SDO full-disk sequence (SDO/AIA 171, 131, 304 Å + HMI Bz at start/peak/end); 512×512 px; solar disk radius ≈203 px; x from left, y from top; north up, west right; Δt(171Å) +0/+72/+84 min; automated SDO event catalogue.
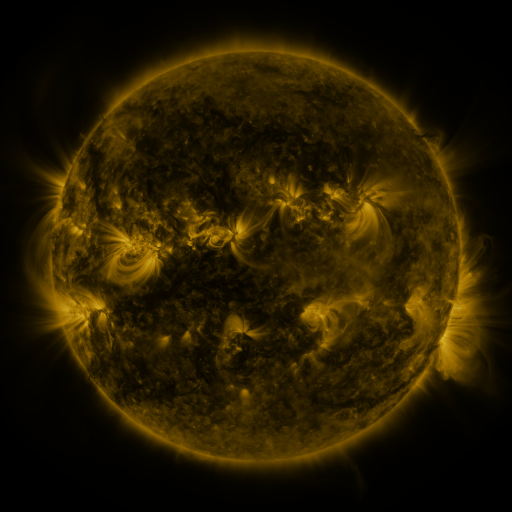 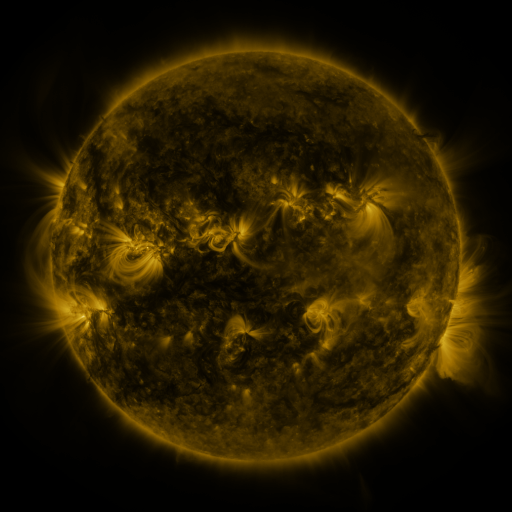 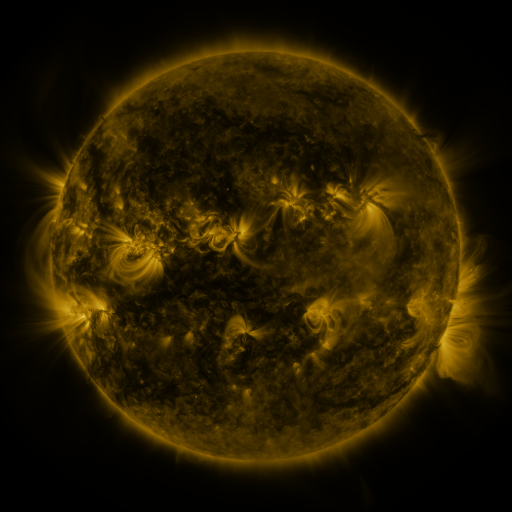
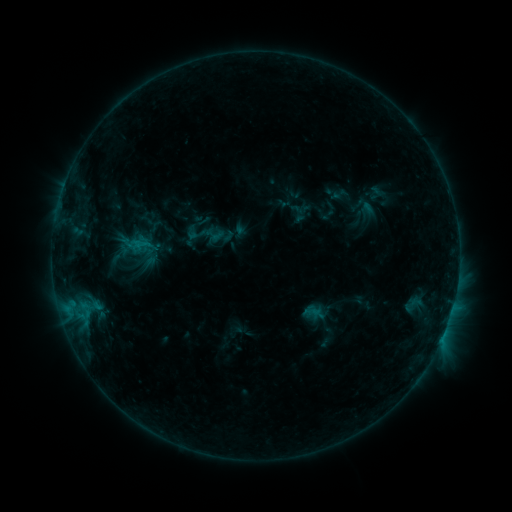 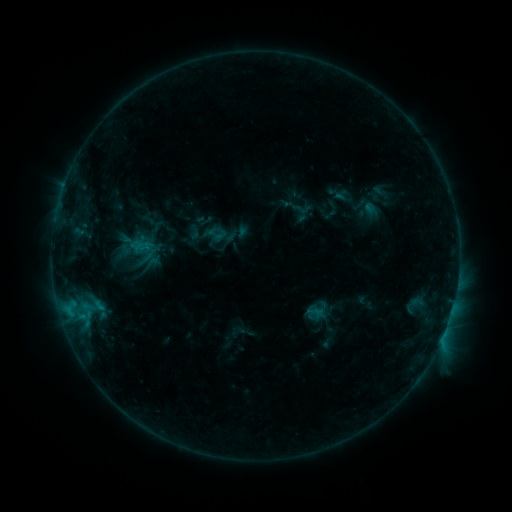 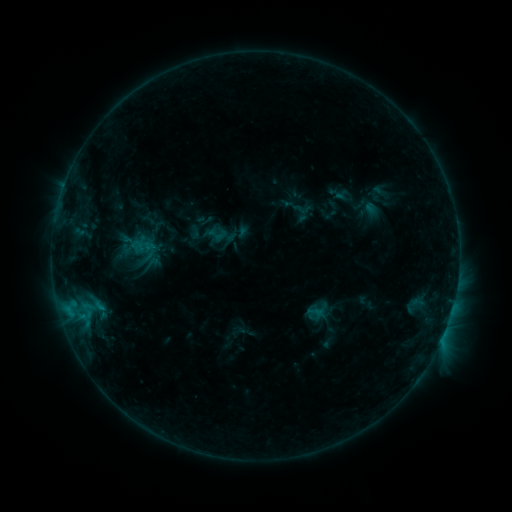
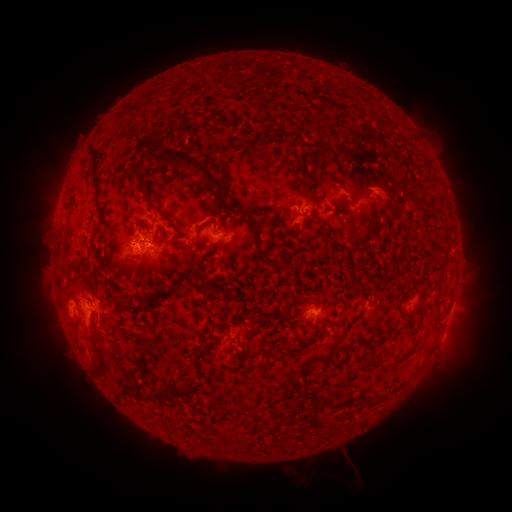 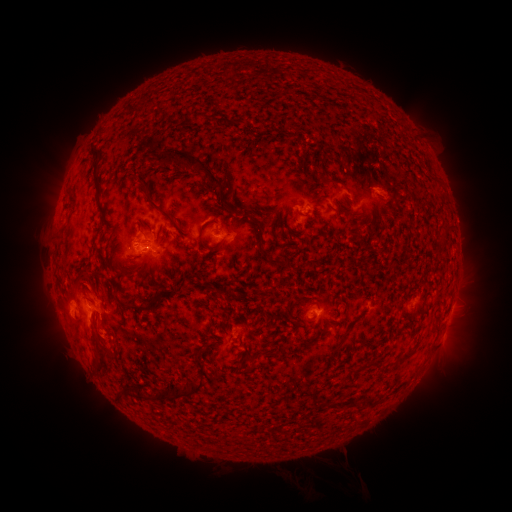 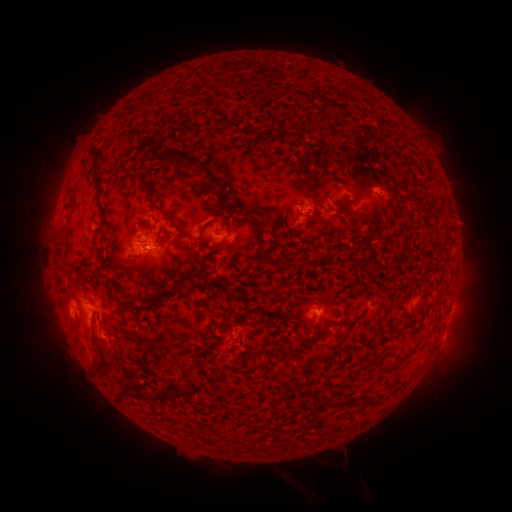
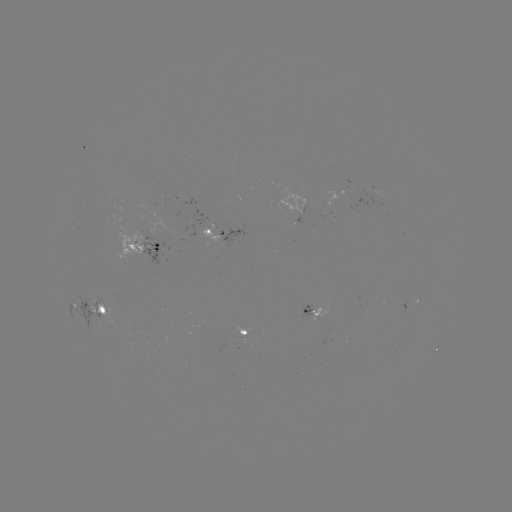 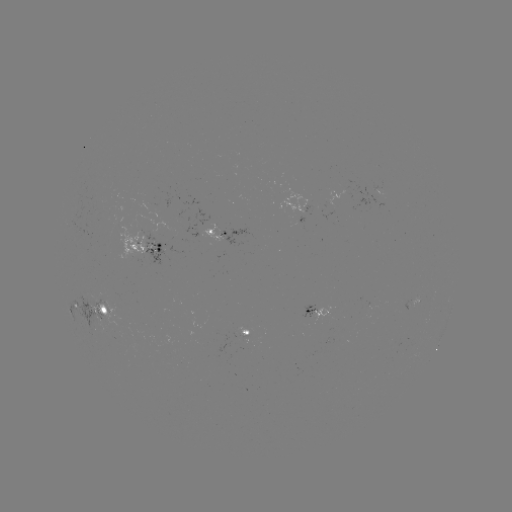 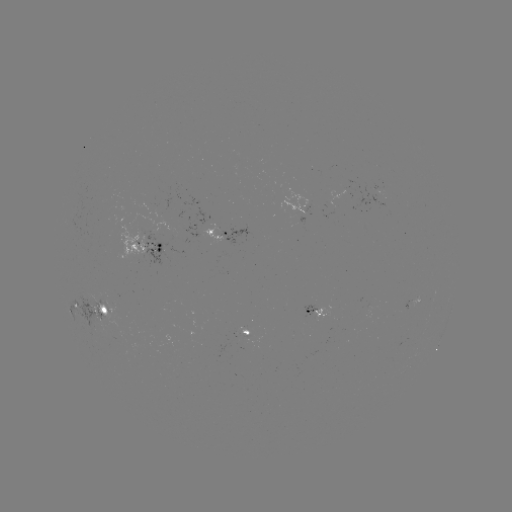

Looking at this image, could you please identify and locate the emerging-flux region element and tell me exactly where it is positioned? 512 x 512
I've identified emerging-flux region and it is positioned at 105,311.